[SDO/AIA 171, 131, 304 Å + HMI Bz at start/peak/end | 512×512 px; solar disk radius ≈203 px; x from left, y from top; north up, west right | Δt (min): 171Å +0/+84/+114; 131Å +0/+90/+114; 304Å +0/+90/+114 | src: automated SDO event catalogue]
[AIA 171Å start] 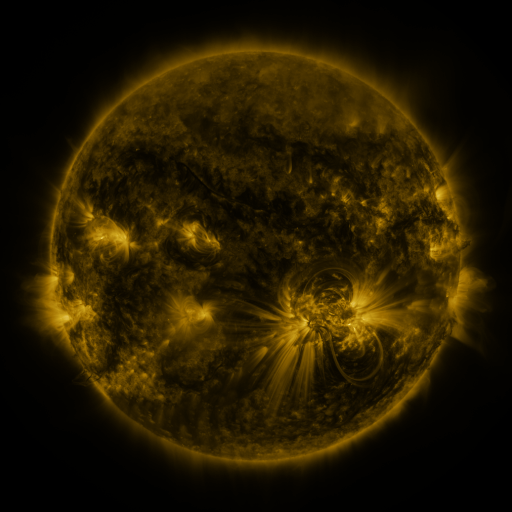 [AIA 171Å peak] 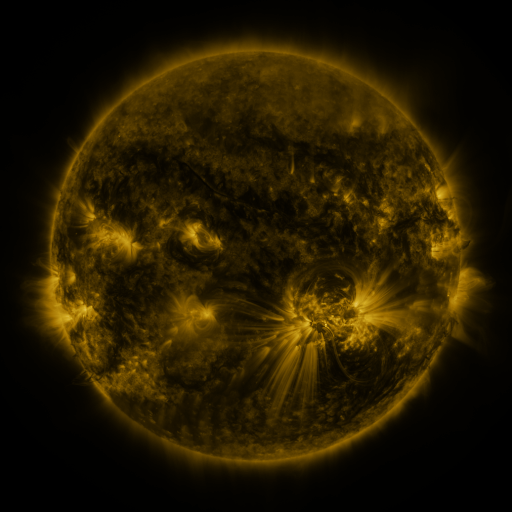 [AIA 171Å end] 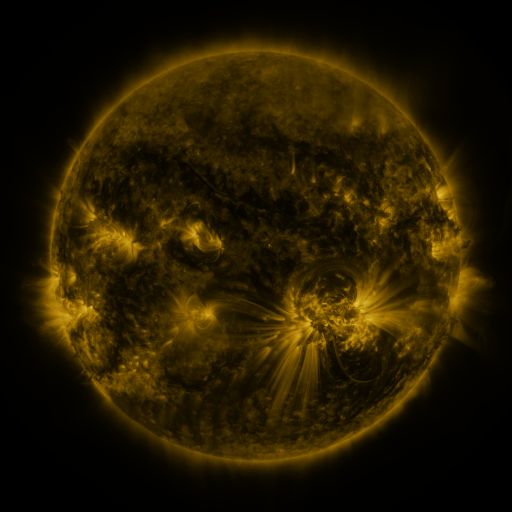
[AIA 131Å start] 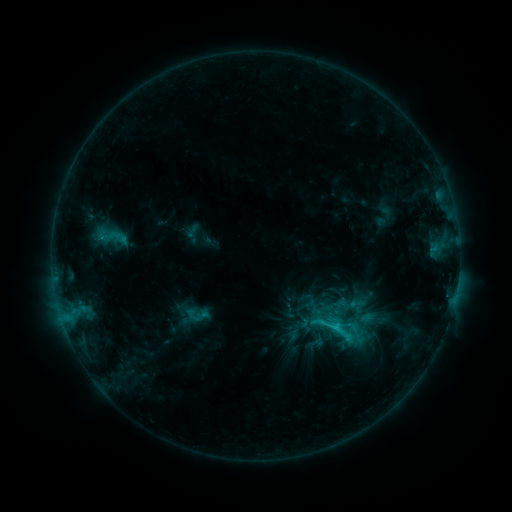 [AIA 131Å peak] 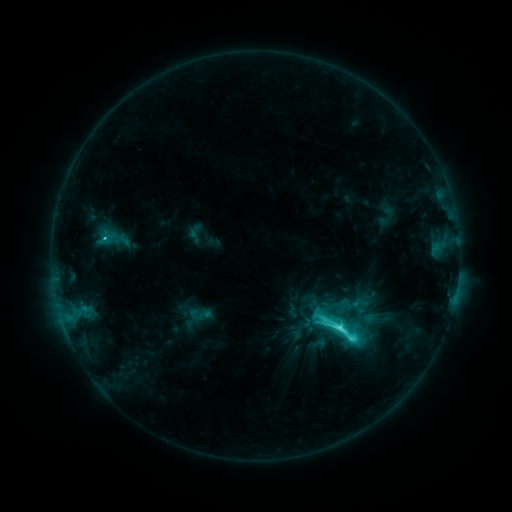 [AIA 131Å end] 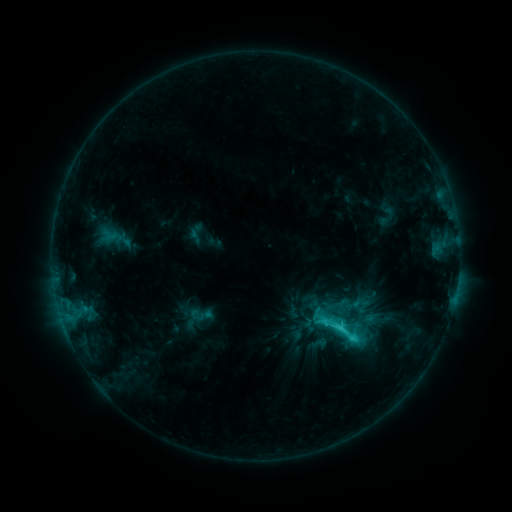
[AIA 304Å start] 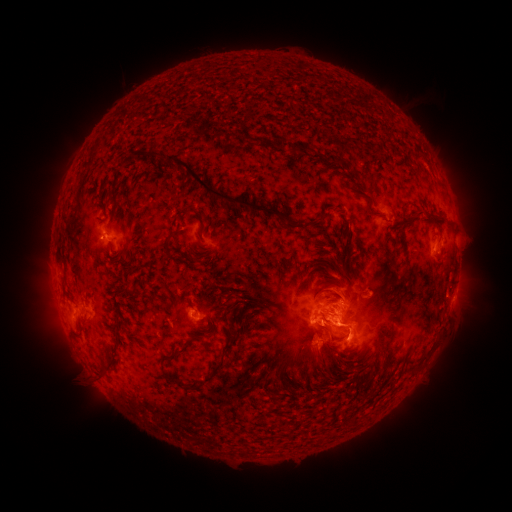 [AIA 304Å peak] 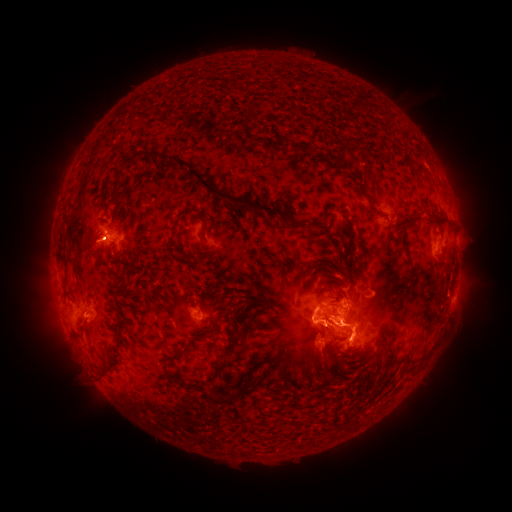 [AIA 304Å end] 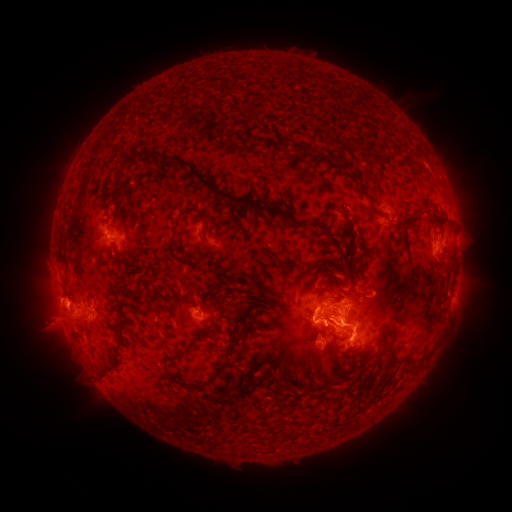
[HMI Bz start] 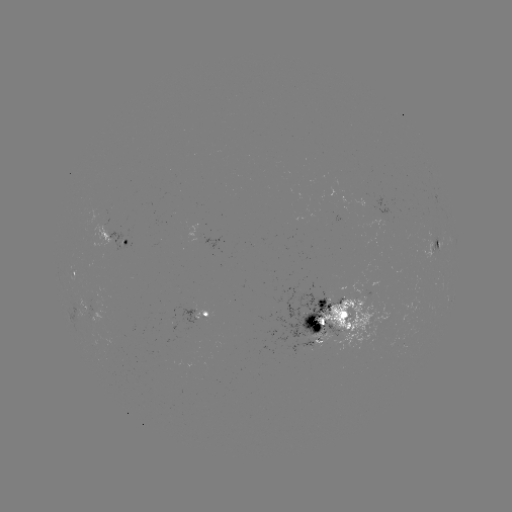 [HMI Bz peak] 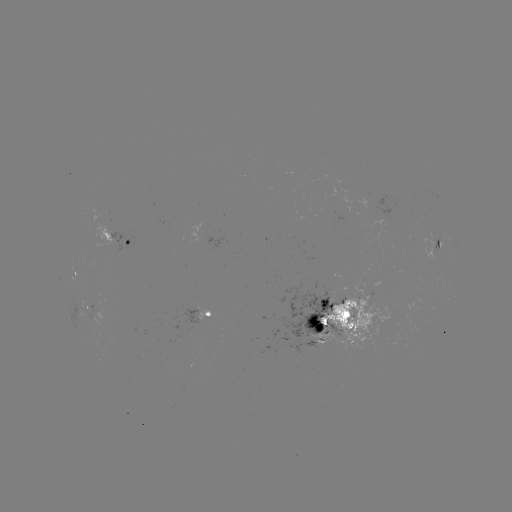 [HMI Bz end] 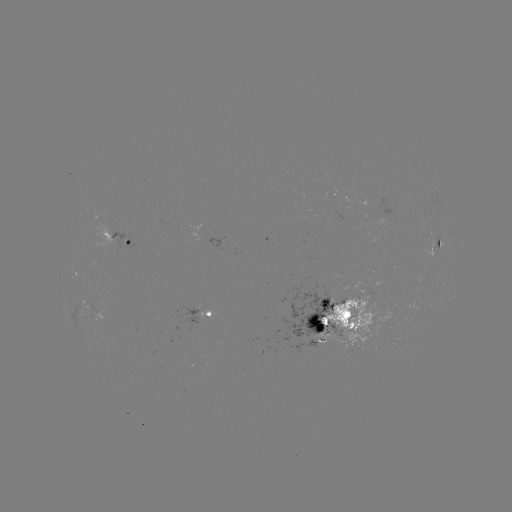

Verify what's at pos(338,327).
C9.5 flare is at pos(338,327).